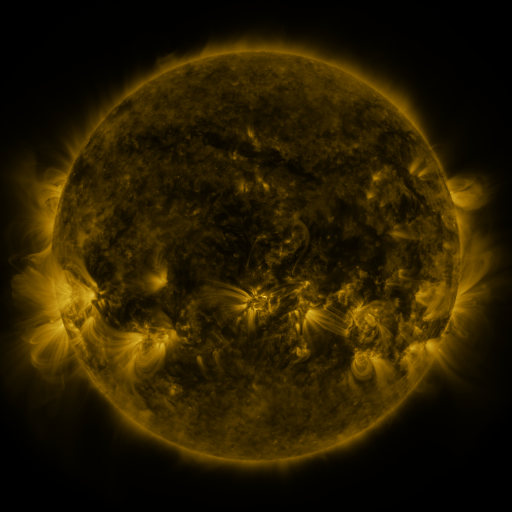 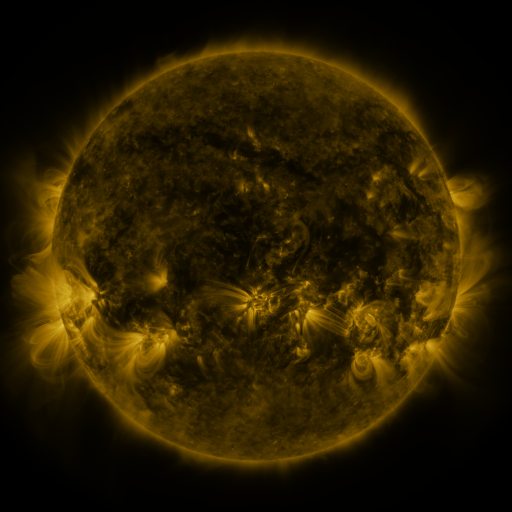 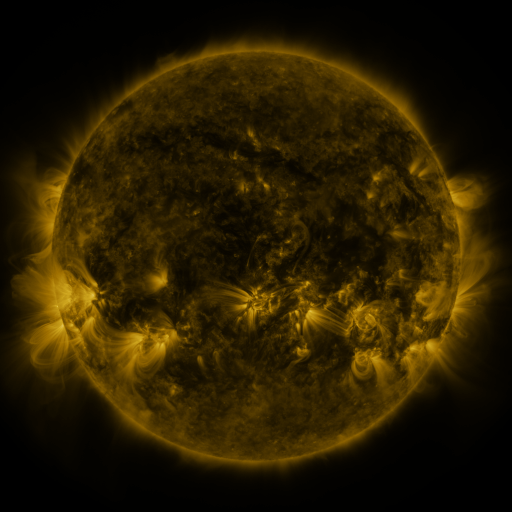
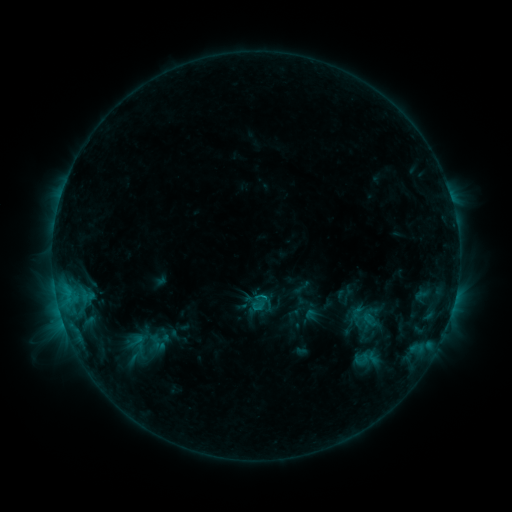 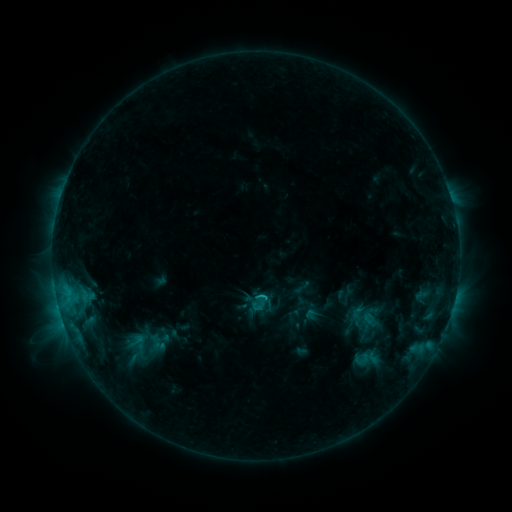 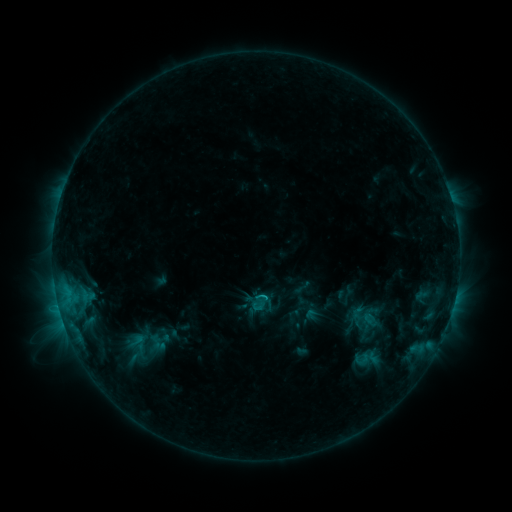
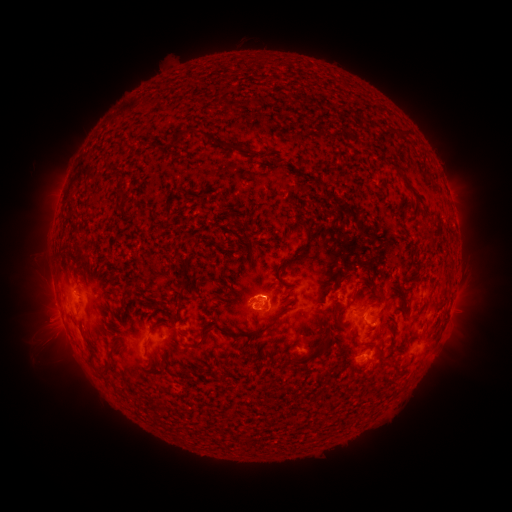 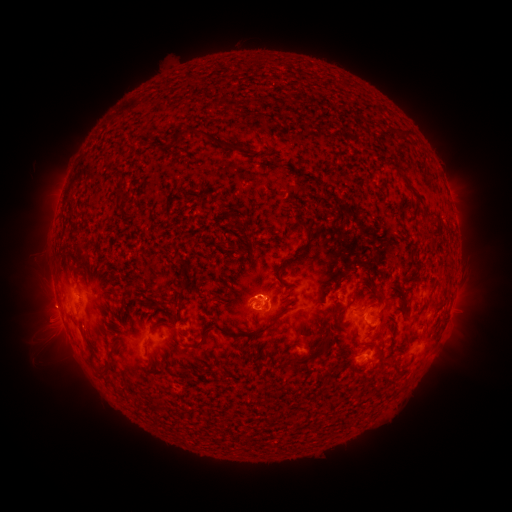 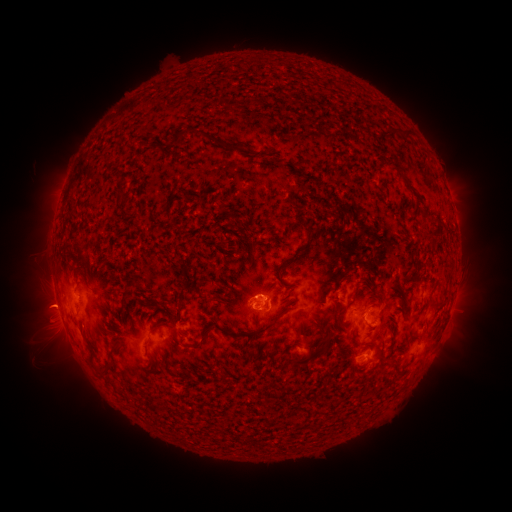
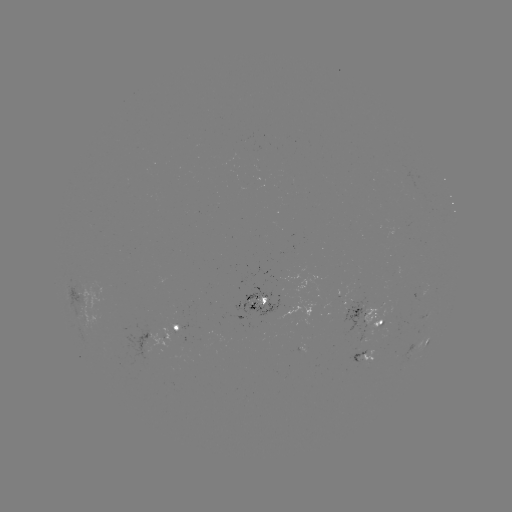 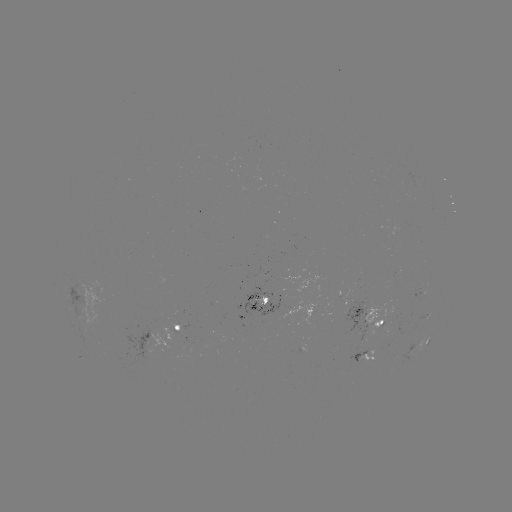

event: eruption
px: (45, 306)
